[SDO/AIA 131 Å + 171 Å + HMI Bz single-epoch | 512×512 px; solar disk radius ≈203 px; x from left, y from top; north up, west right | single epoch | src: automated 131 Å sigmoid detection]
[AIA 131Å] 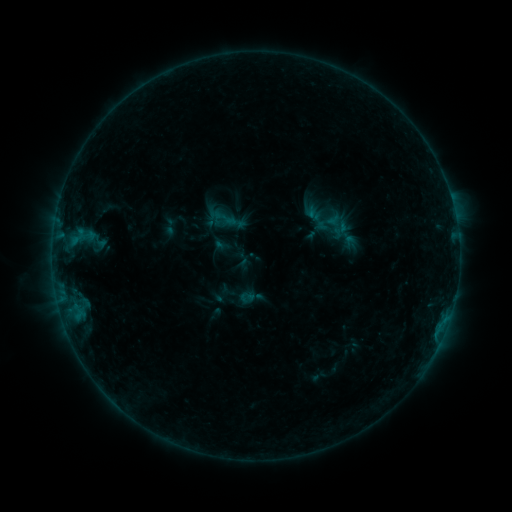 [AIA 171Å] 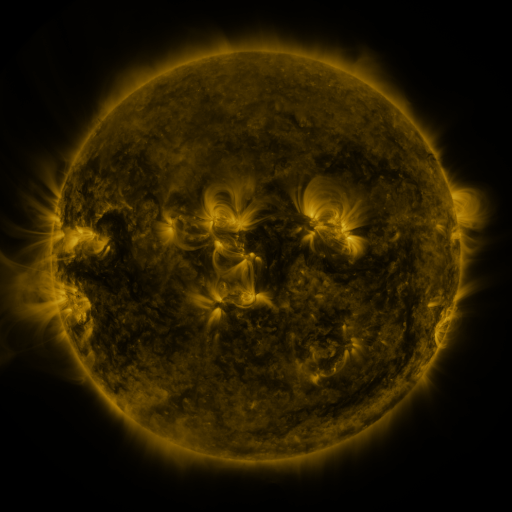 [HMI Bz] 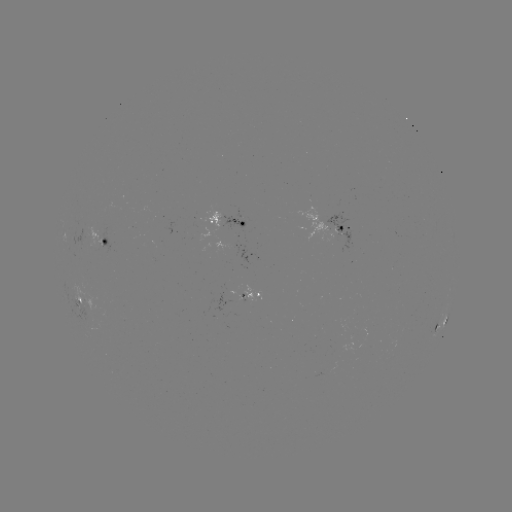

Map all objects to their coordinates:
sigmoid: (314, 211, 342, 234)
